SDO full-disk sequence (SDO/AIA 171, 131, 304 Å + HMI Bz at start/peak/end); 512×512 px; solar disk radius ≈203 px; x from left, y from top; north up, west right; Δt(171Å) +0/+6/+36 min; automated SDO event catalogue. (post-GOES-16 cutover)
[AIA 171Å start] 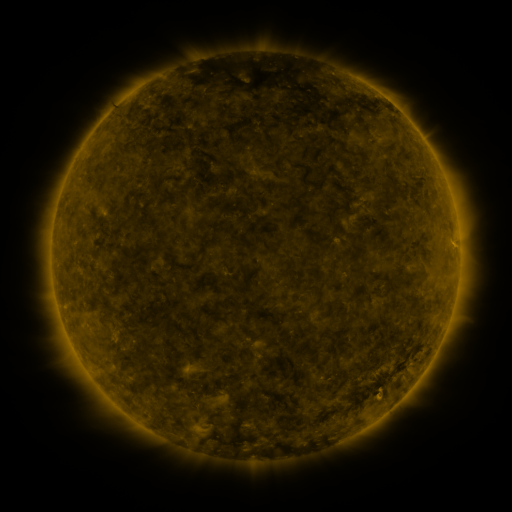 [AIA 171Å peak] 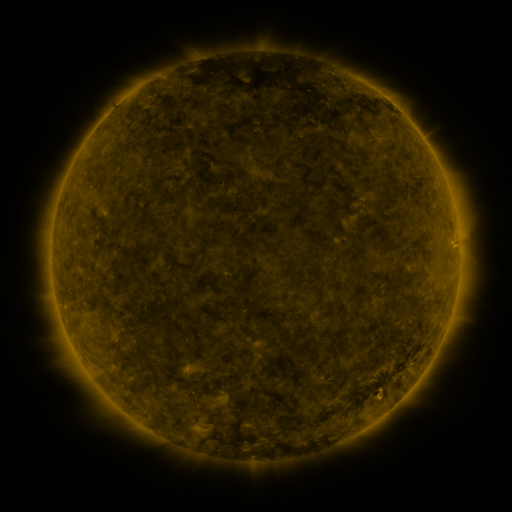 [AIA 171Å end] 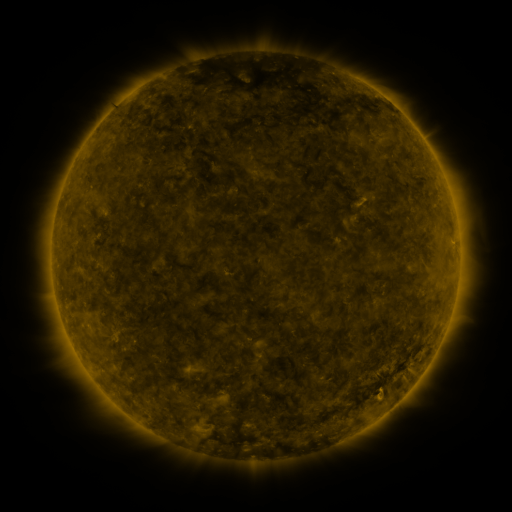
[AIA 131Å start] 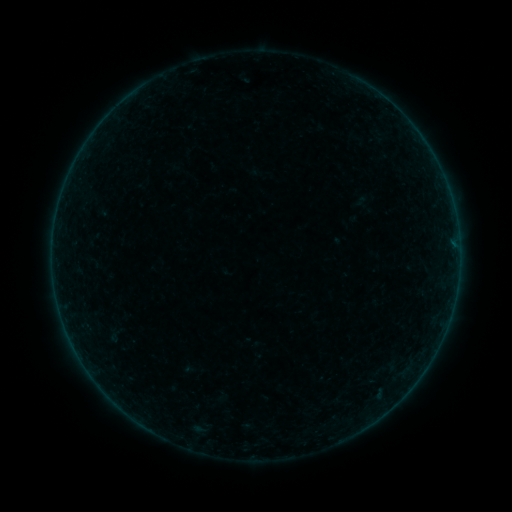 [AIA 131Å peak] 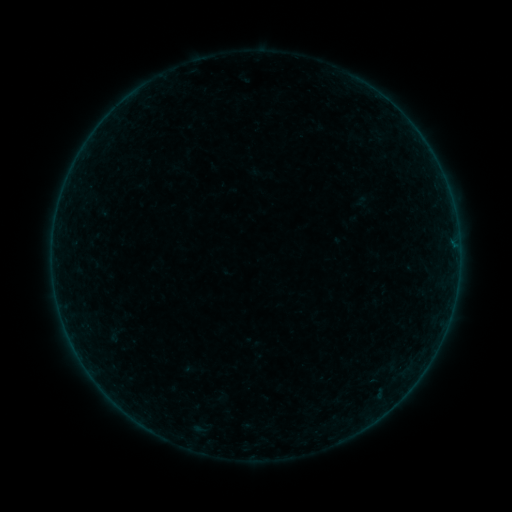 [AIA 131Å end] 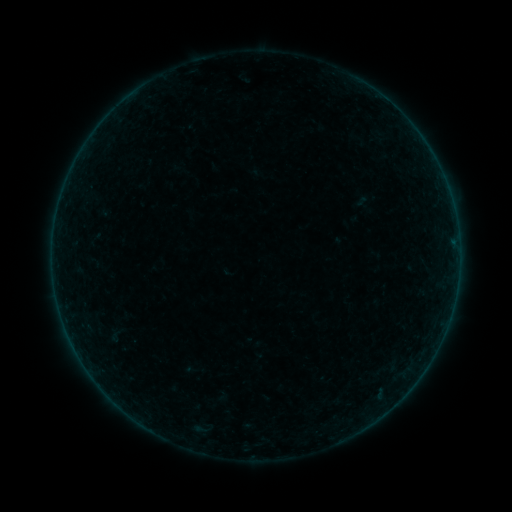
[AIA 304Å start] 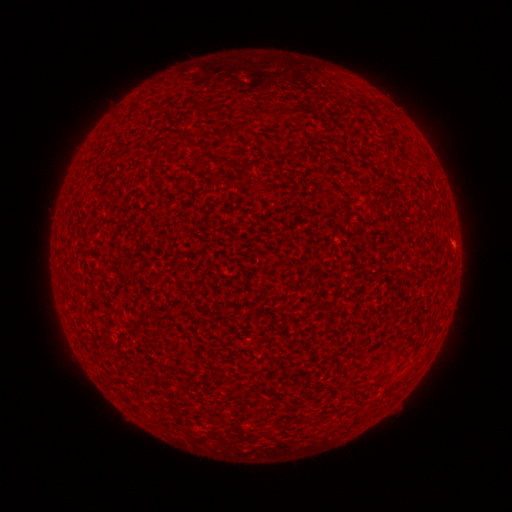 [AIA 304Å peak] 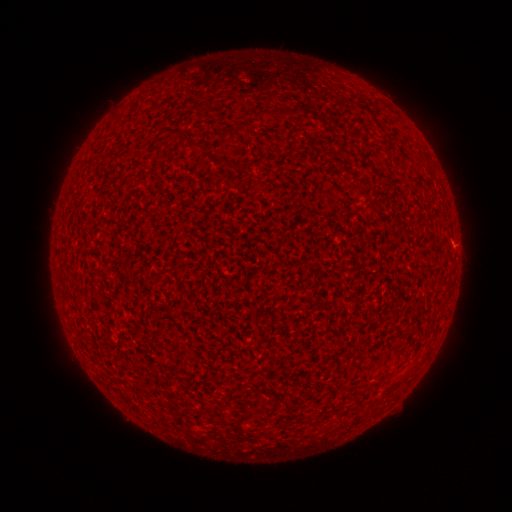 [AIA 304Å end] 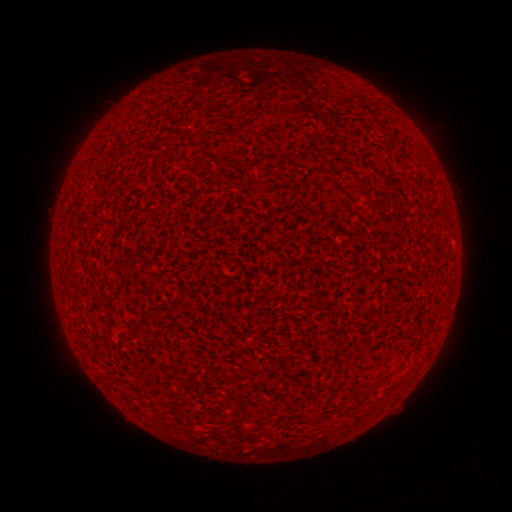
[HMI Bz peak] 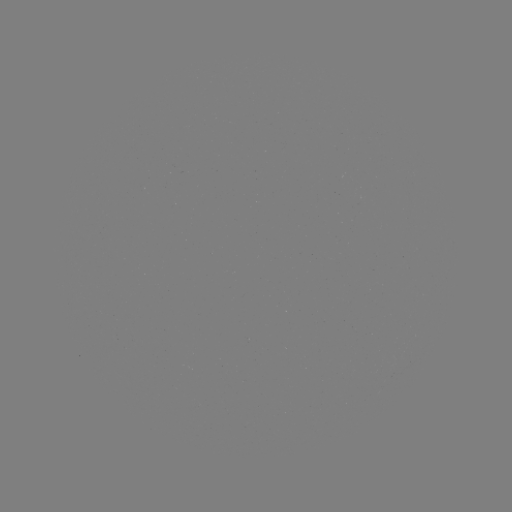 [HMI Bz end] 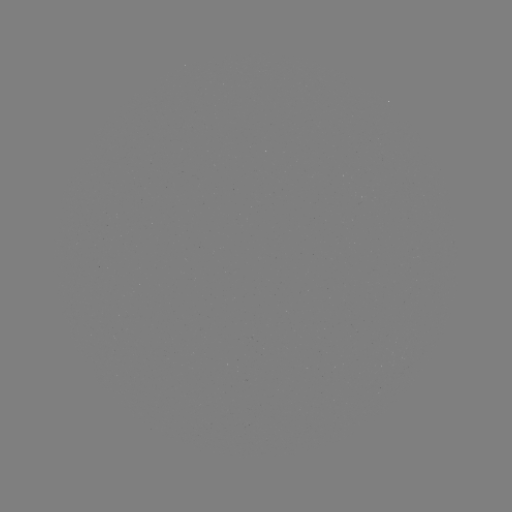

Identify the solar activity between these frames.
A2.3 flare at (452, 245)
